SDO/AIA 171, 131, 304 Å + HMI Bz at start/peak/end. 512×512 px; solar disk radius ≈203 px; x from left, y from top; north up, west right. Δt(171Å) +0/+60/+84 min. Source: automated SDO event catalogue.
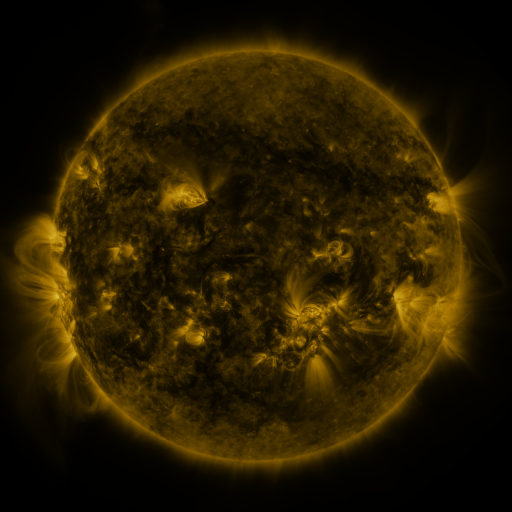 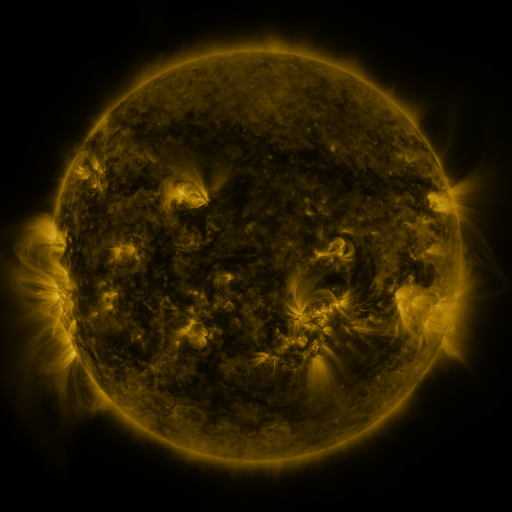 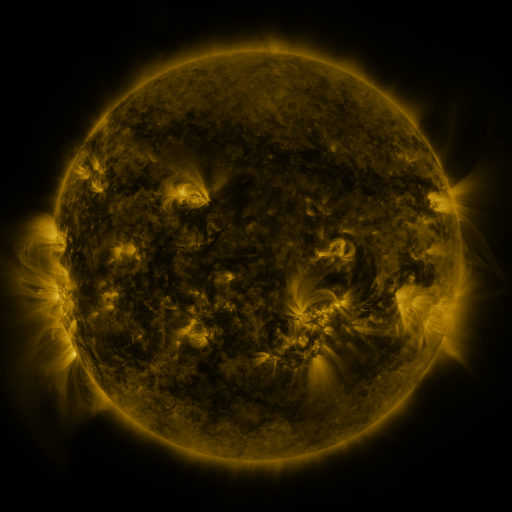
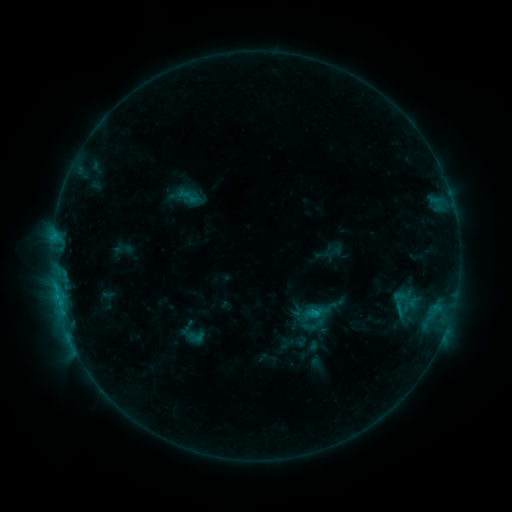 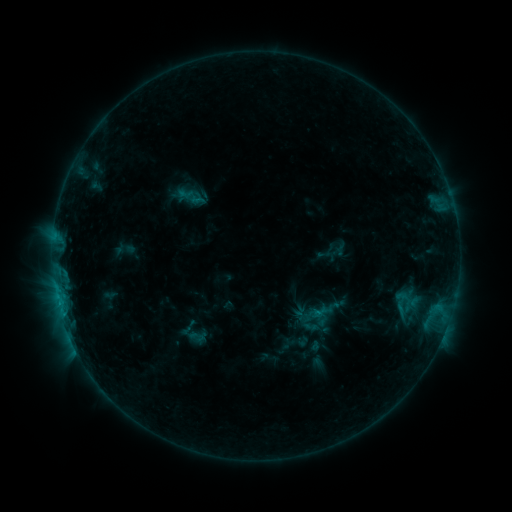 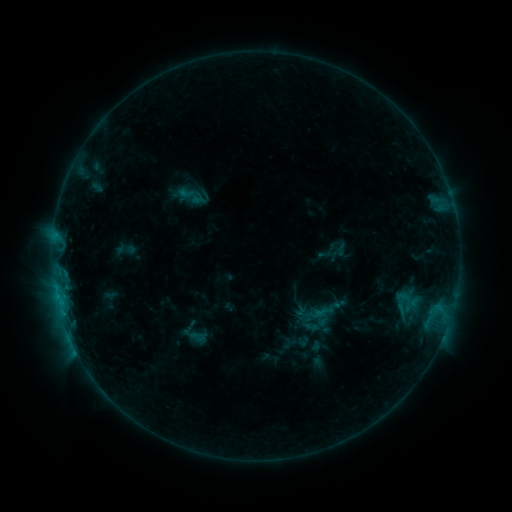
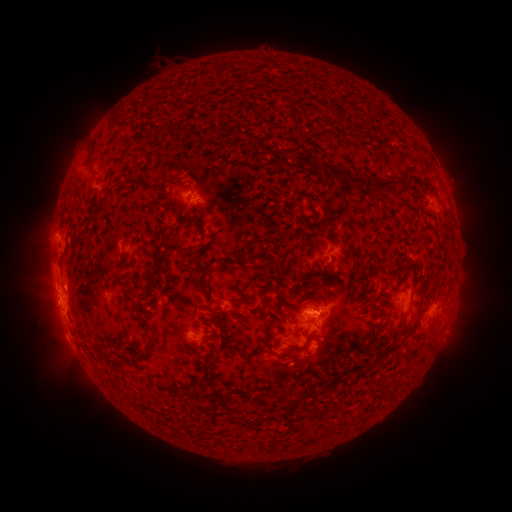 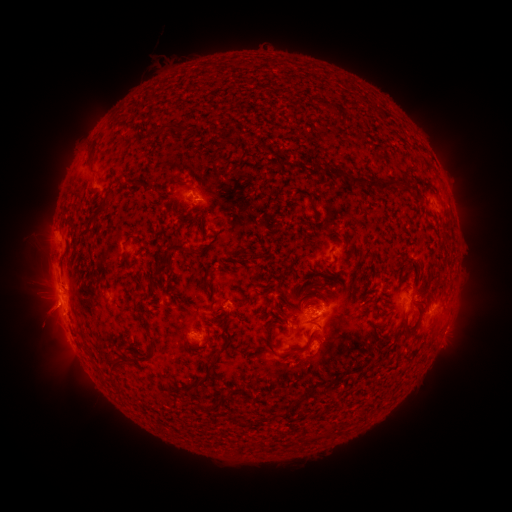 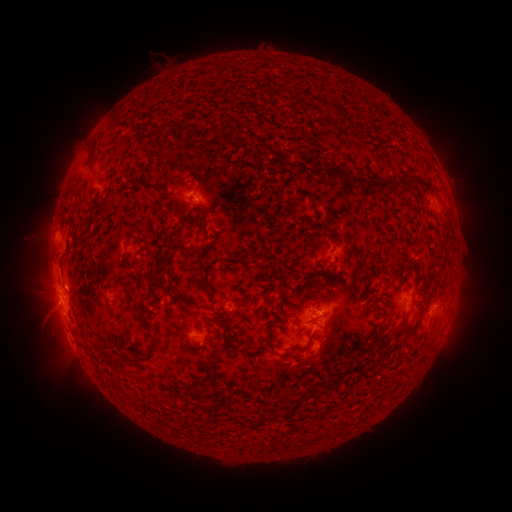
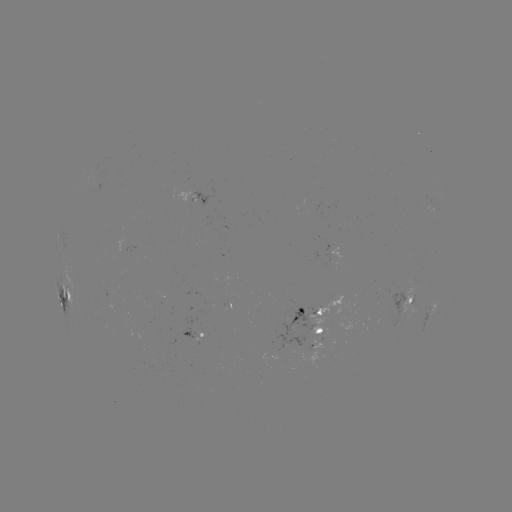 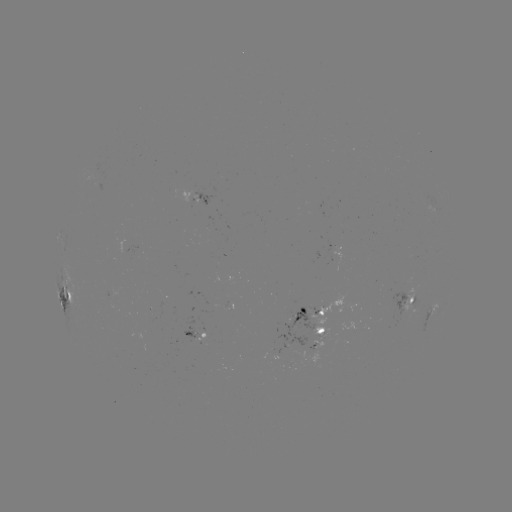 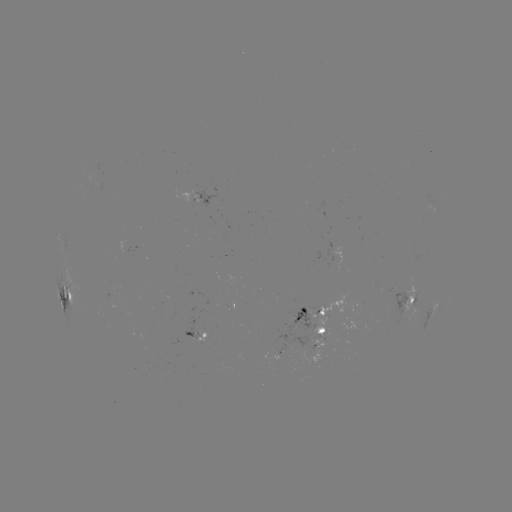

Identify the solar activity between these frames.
emerging-flux region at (297, 319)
